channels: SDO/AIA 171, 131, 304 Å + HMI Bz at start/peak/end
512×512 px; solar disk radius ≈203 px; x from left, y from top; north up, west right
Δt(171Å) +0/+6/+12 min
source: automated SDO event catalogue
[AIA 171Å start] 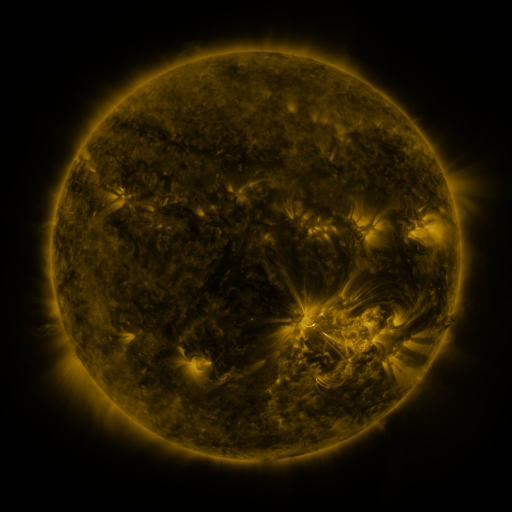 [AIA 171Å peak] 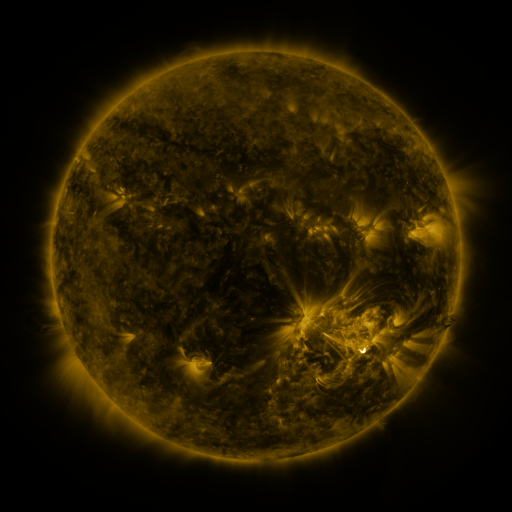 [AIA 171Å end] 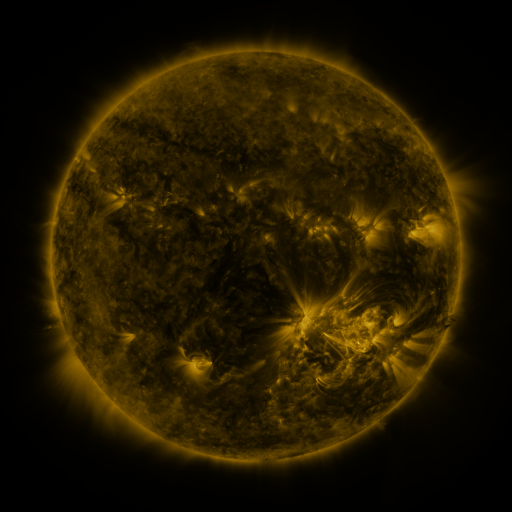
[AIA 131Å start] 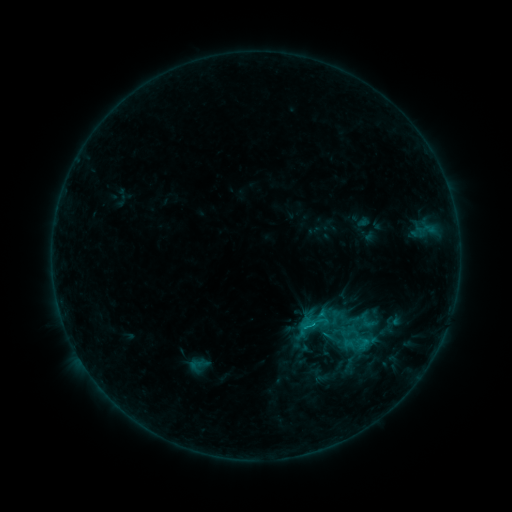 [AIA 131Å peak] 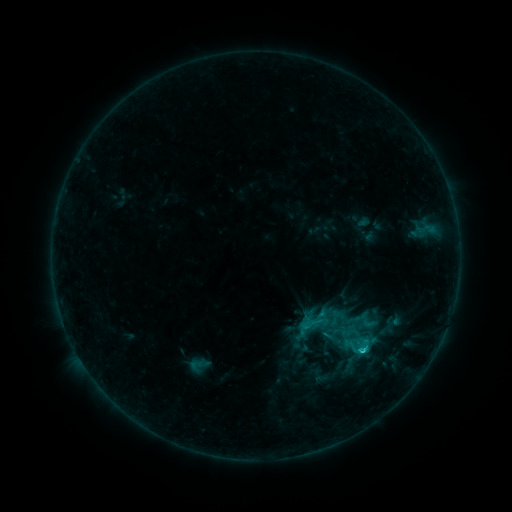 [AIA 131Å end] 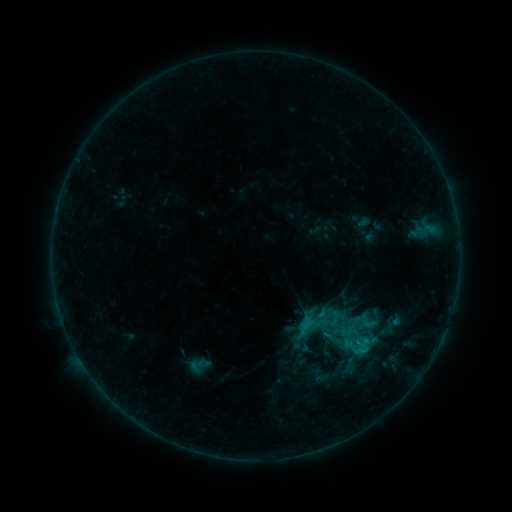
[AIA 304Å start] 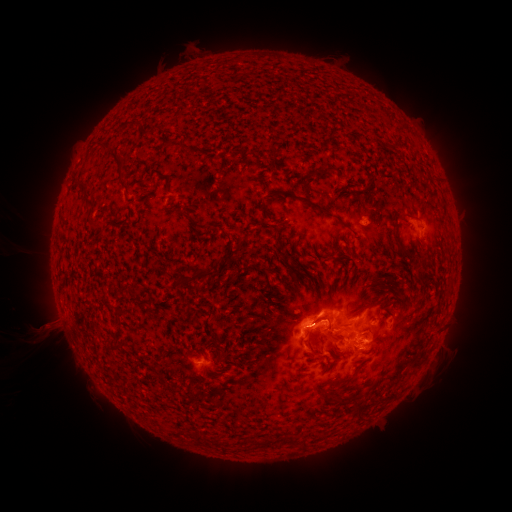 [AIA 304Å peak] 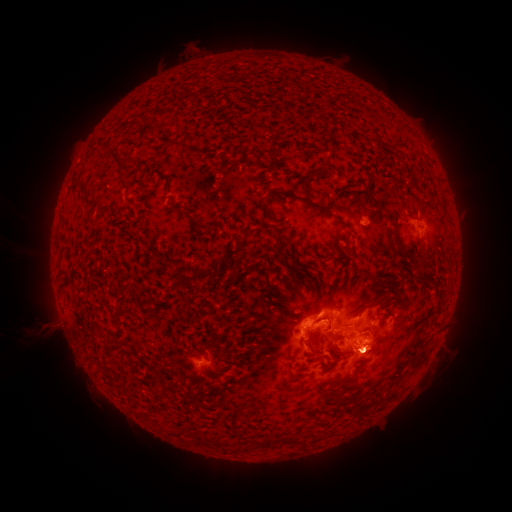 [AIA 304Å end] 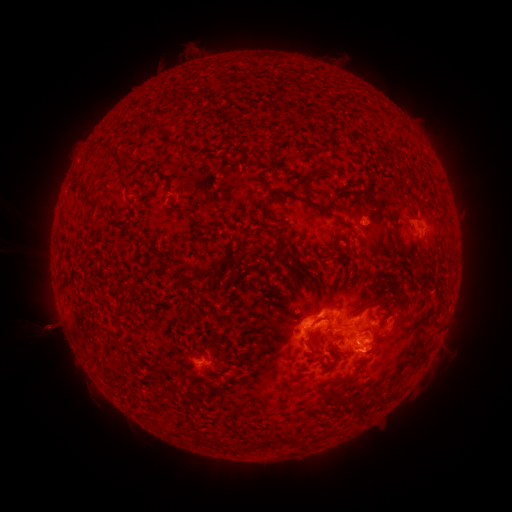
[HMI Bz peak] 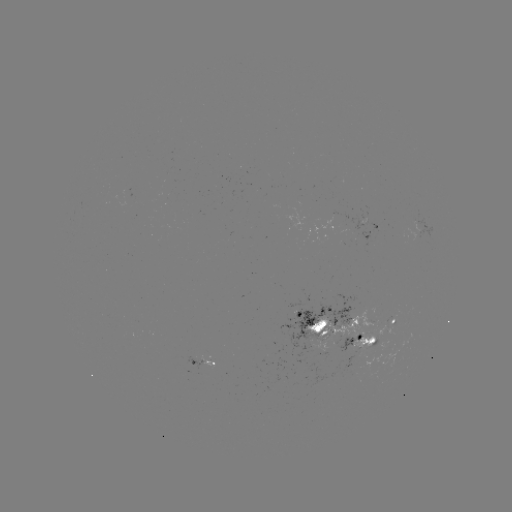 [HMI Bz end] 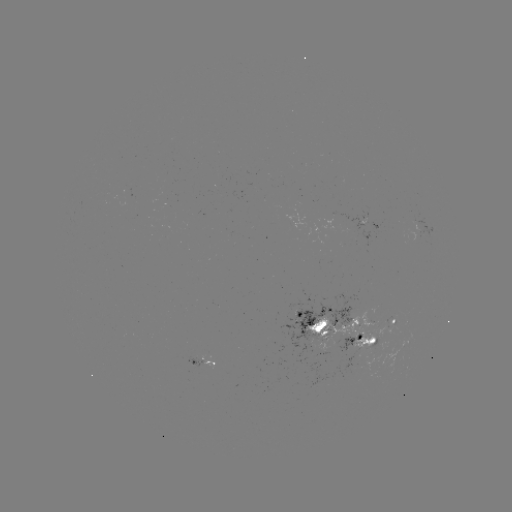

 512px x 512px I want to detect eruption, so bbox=[341, 339, 392, 385].